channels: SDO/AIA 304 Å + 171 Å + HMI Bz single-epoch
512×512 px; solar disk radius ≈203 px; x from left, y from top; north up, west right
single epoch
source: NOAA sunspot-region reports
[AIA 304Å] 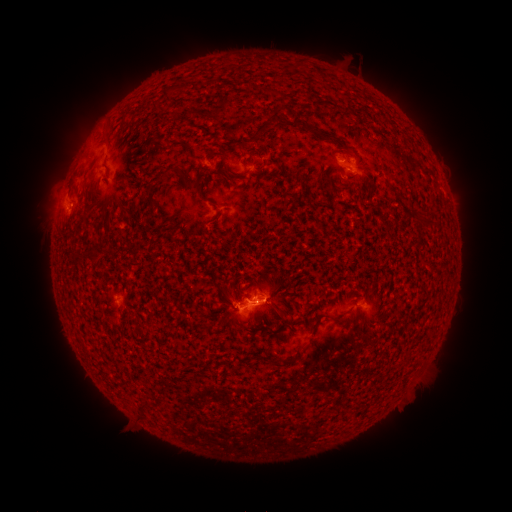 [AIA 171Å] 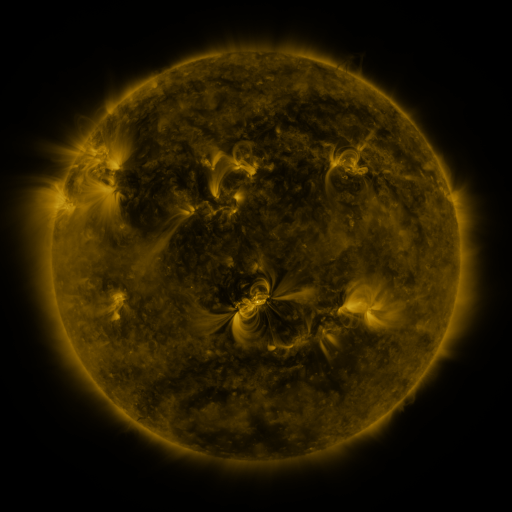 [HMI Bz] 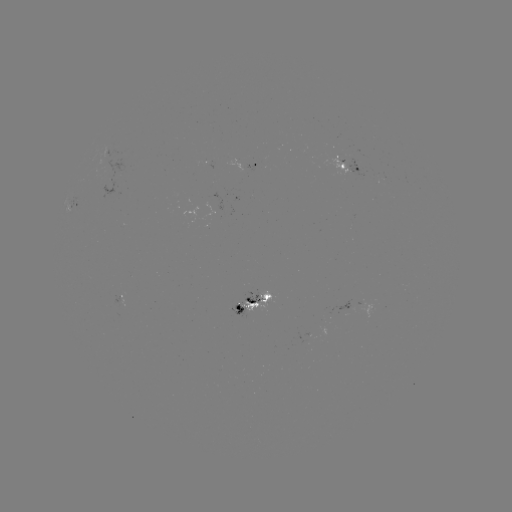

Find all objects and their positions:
spotted active region: (259, 167)
spotted active region: (353, 173)
spotted active region: (266, 302)
spotted active region: (365, 310)
